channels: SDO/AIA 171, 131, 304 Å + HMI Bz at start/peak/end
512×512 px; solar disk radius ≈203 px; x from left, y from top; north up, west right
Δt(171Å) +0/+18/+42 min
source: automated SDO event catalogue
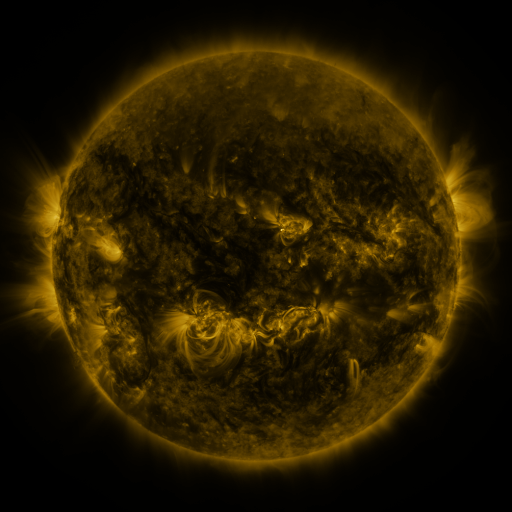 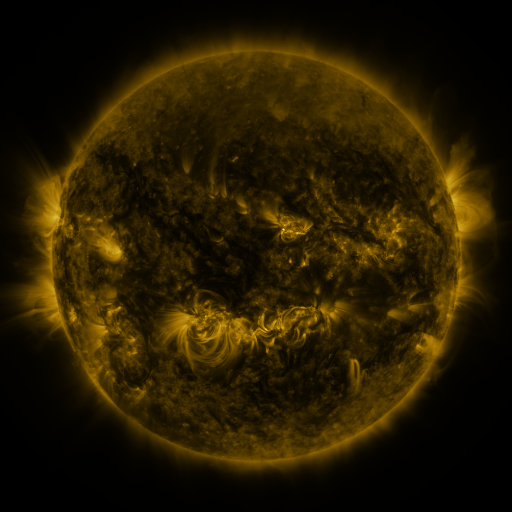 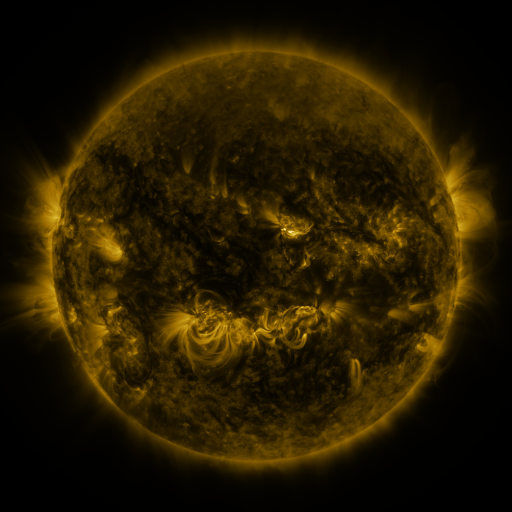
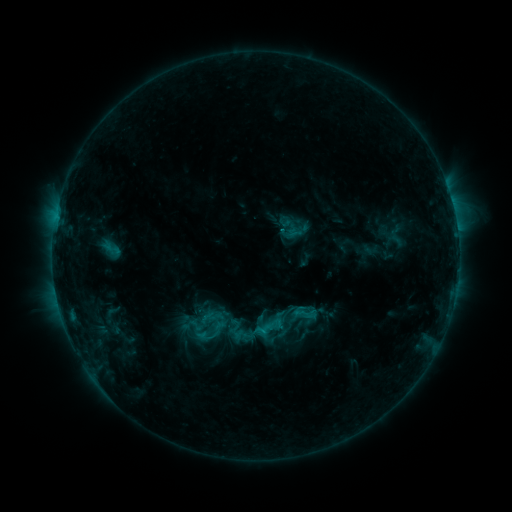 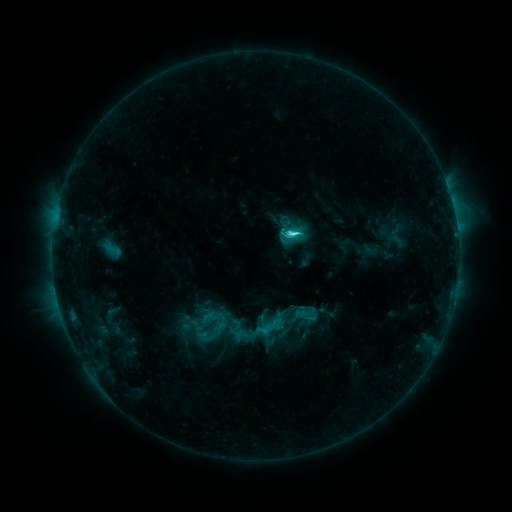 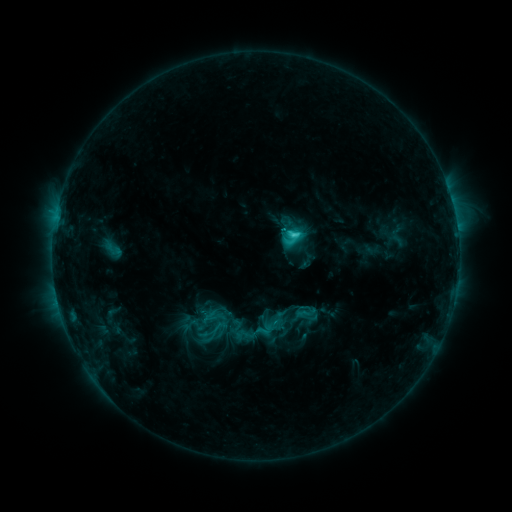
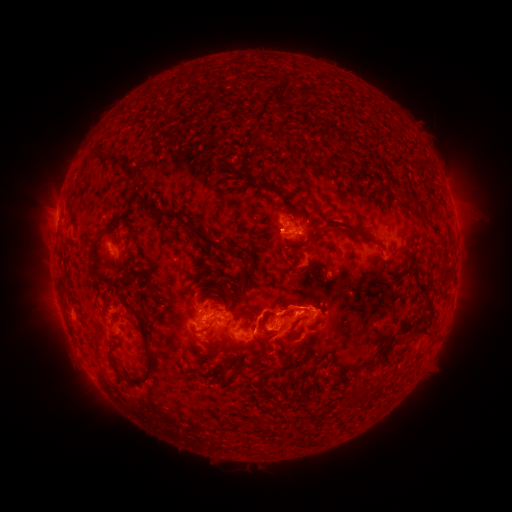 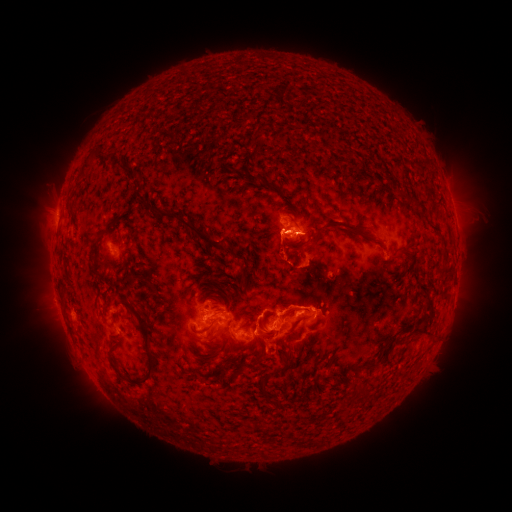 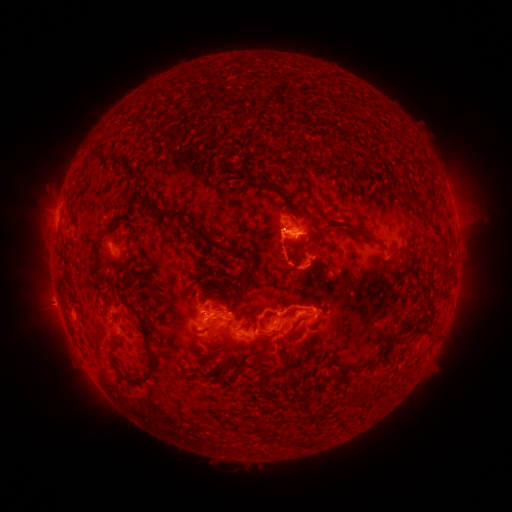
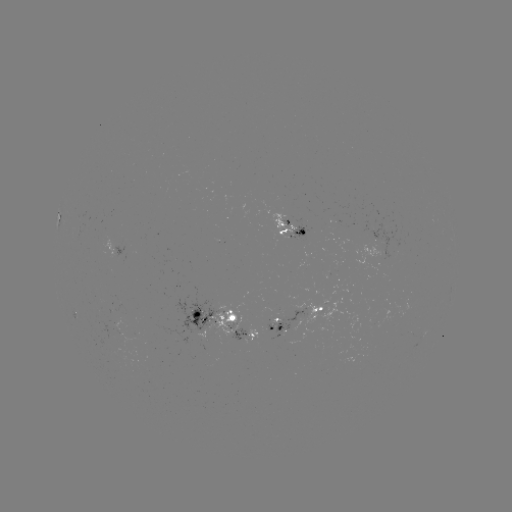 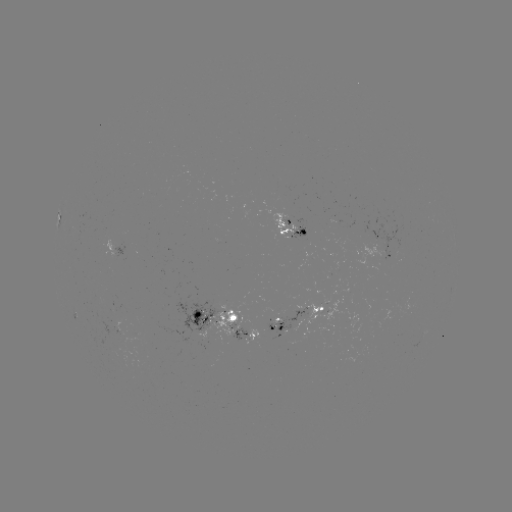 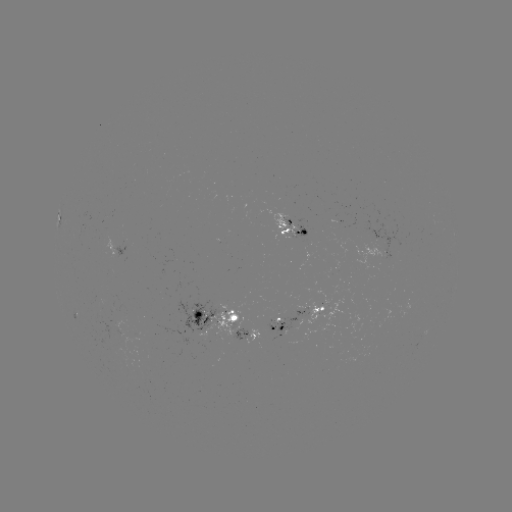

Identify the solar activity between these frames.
C5.6 flare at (290, 237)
